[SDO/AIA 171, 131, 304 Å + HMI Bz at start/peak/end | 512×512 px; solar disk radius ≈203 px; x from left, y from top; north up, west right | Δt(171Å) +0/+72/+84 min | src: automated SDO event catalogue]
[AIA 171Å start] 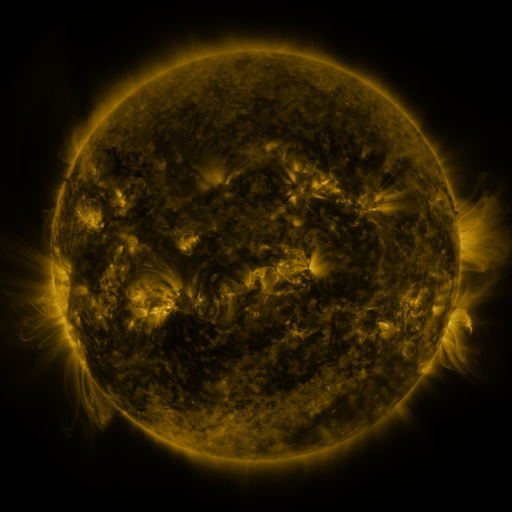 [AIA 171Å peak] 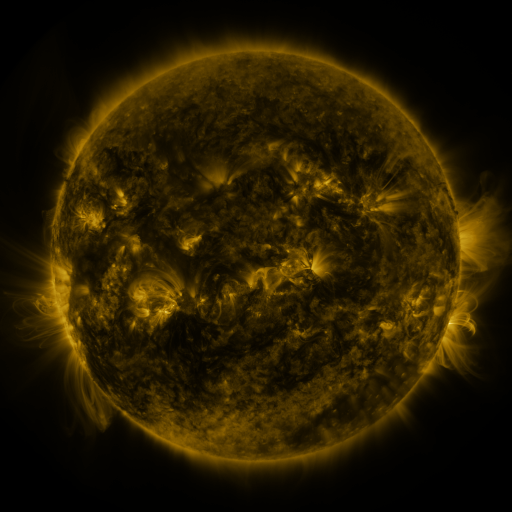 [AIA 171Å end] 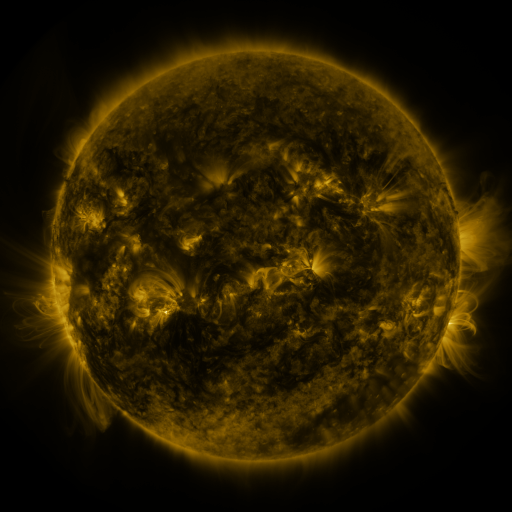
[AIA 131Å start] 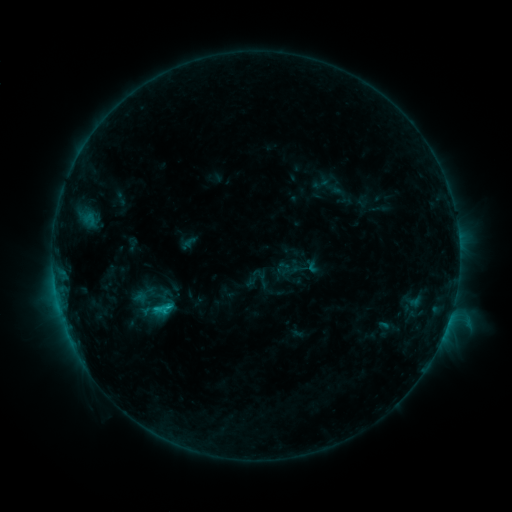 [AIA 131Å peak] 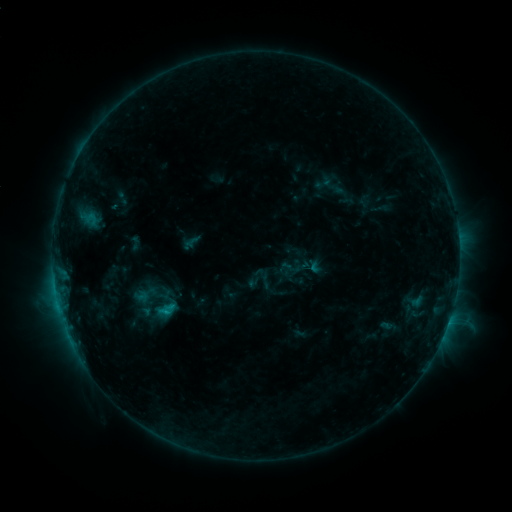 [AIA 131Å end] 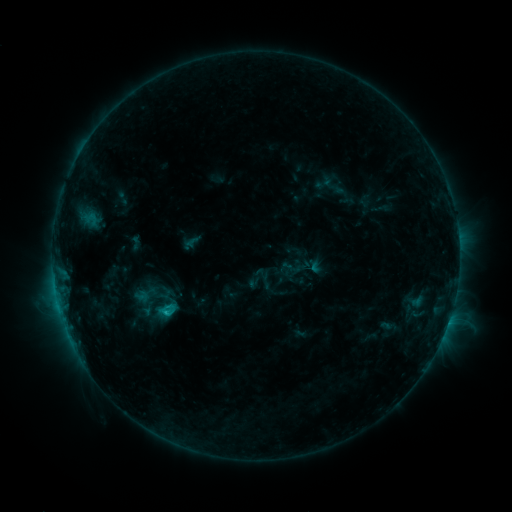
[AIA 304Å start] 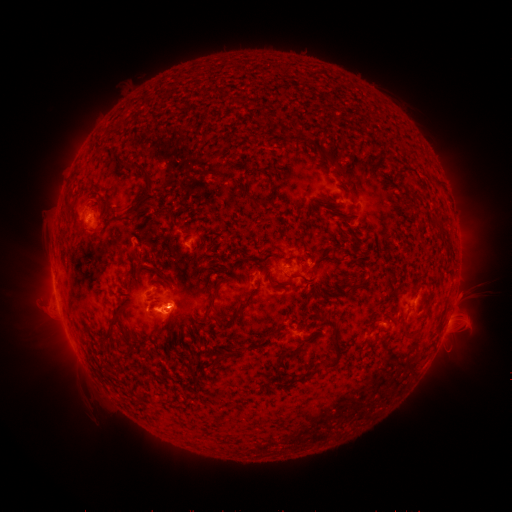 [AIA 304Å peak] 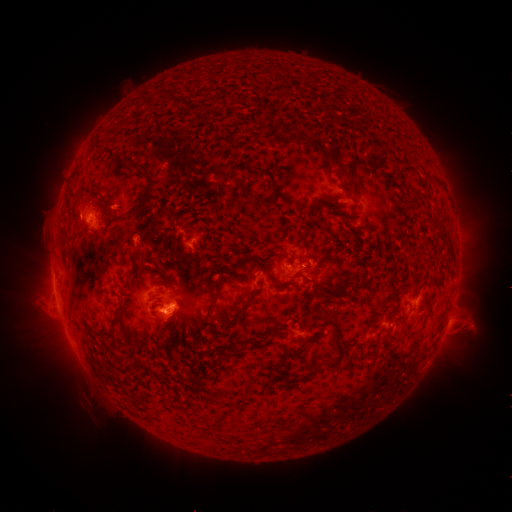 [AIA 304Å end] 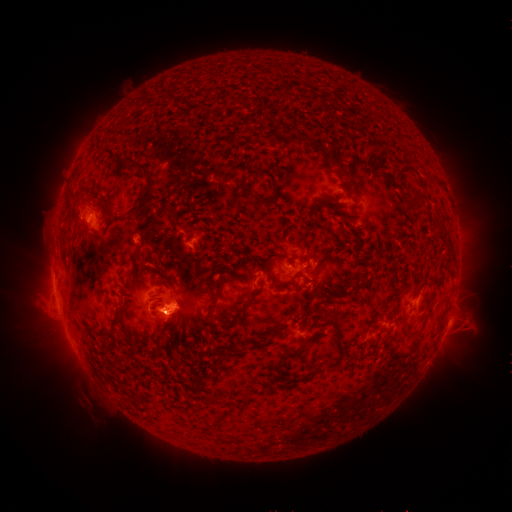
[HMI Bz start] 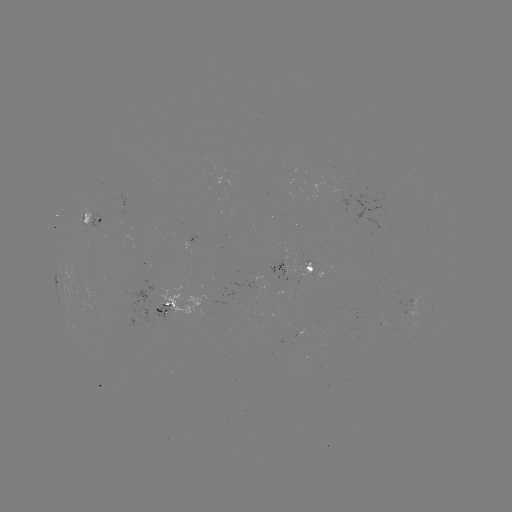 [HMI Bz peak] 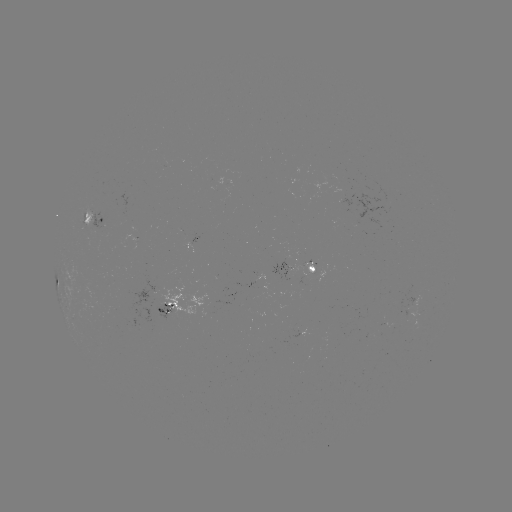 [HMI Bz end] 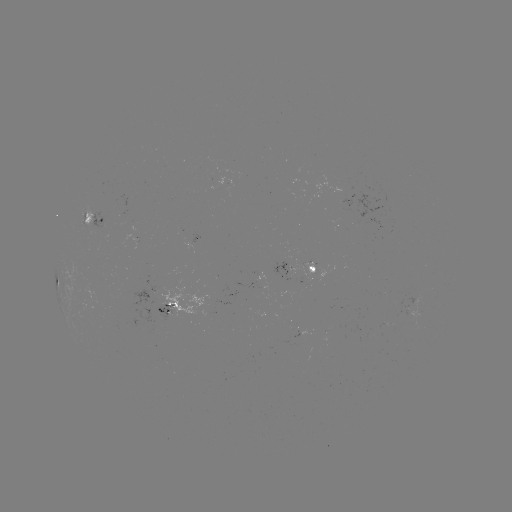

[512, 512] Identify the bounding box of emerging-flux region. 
[153, 305, 174, 321].